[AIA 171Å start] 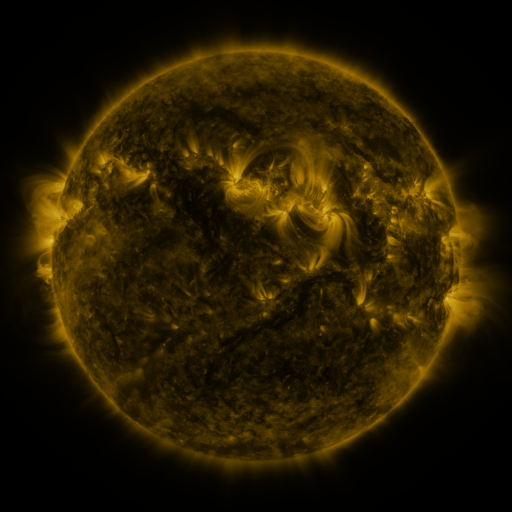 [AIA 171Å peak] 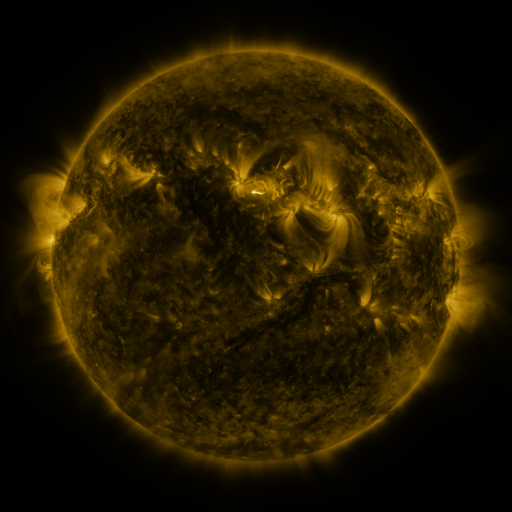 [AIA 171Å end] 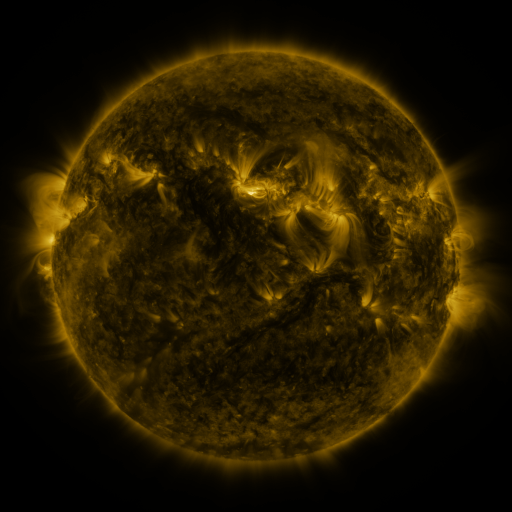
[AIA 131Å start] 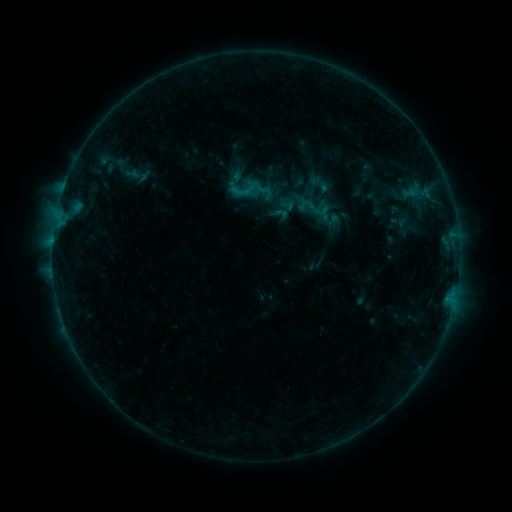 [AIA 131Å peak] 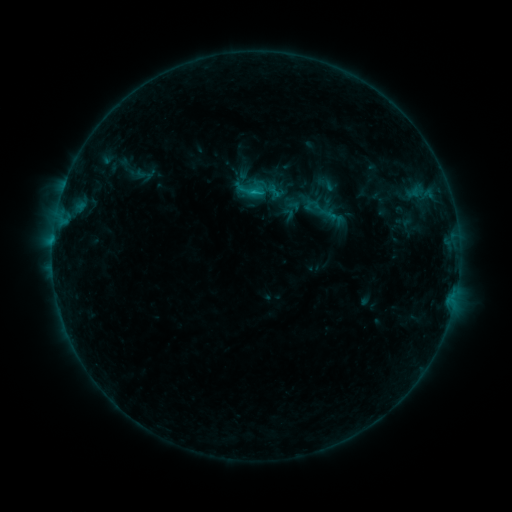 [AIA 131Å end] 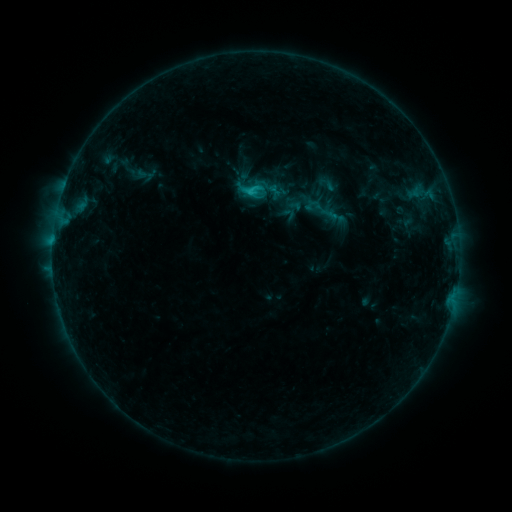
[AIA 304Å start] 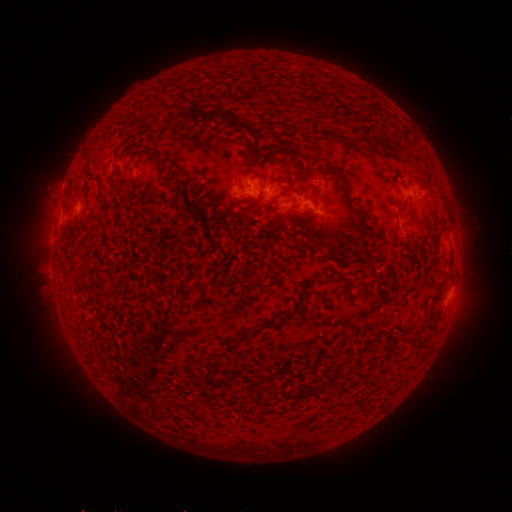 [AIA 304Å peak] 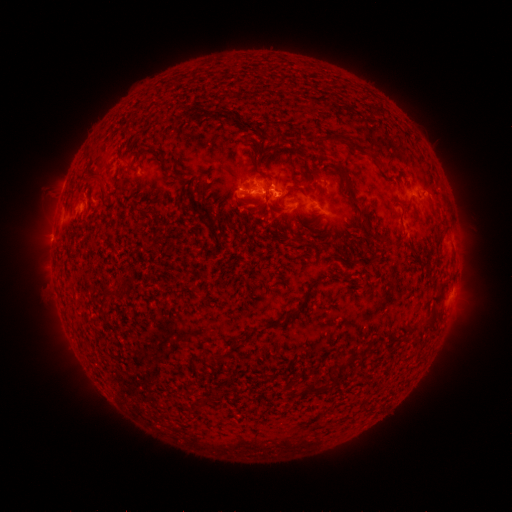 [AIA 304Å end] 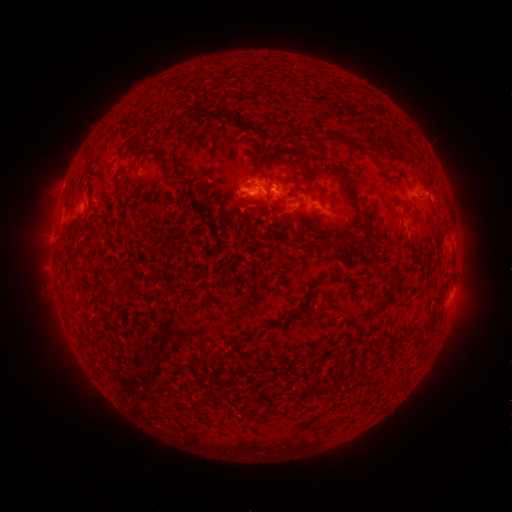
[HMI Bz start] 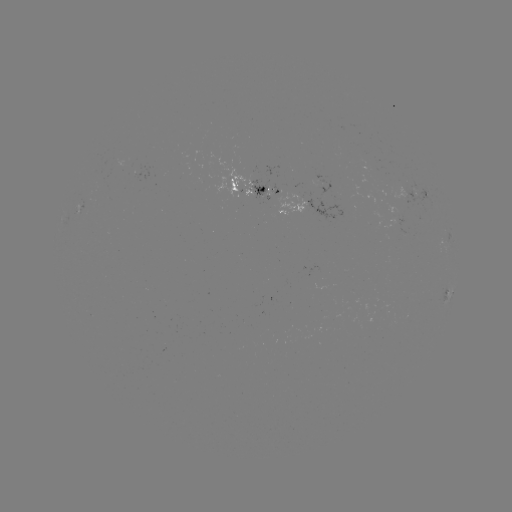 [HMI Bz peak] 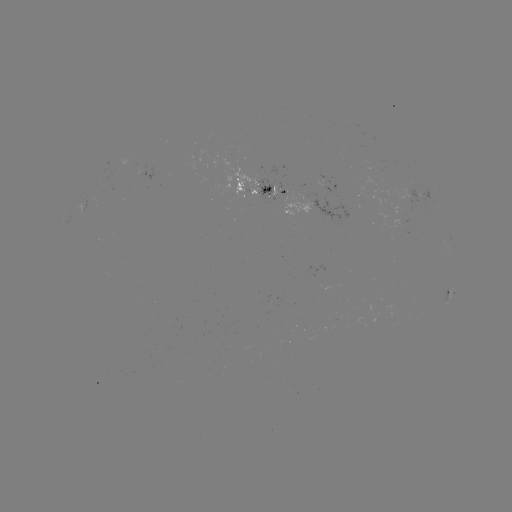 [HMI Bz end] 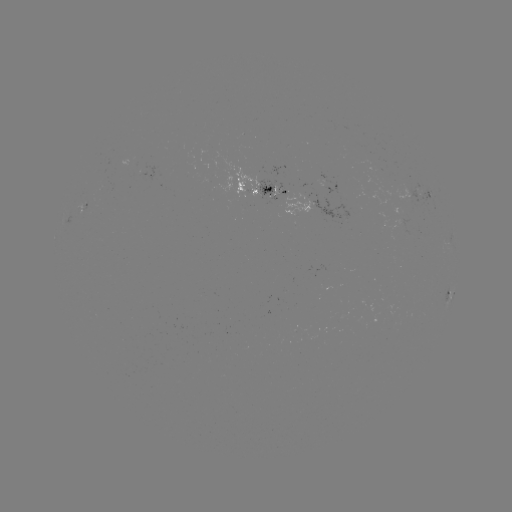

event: emerging-flux region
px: (340, 318)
